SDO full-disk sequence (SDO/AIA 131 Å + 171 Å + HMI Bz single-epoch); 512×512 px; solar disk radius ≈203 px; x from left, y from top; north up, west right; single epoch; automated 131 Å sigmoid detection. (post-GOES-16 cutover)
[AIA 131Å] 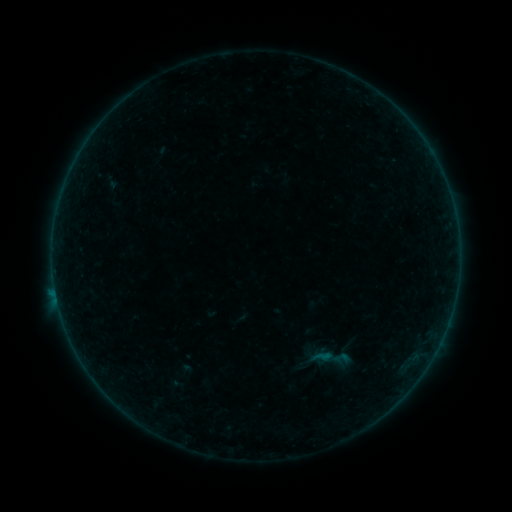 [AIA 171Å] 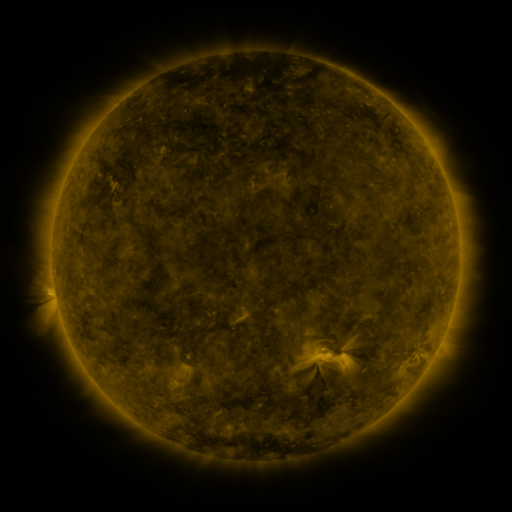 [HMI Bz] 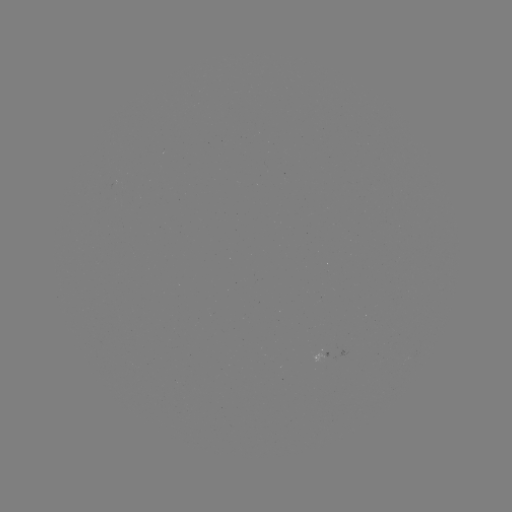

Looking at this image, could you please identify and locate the sigmoid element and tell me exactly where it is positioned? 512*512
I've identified sigmoid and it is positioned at (341, 358).